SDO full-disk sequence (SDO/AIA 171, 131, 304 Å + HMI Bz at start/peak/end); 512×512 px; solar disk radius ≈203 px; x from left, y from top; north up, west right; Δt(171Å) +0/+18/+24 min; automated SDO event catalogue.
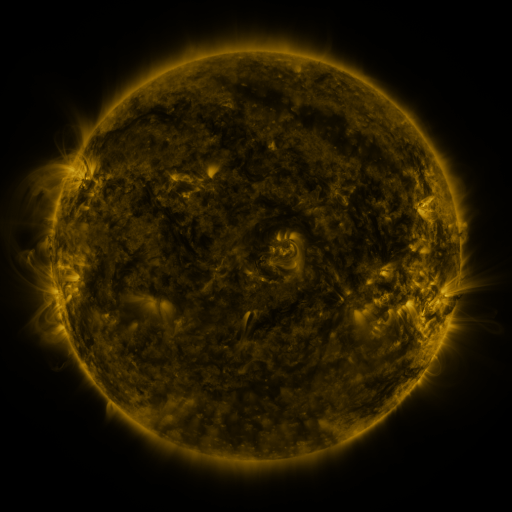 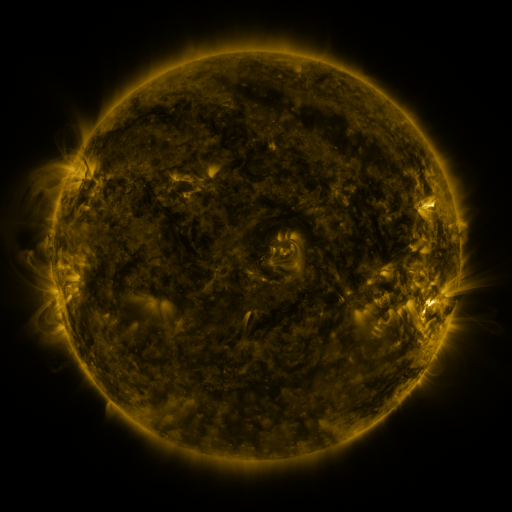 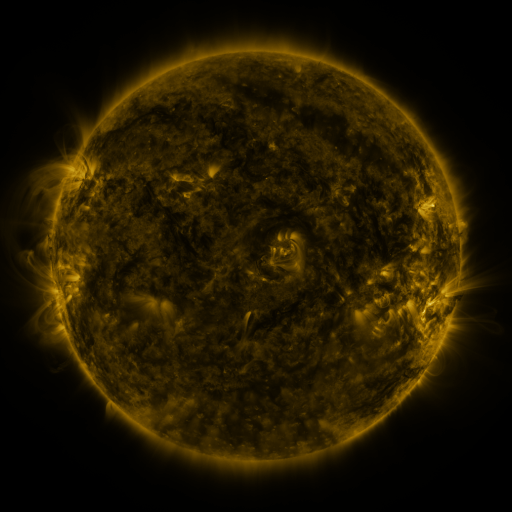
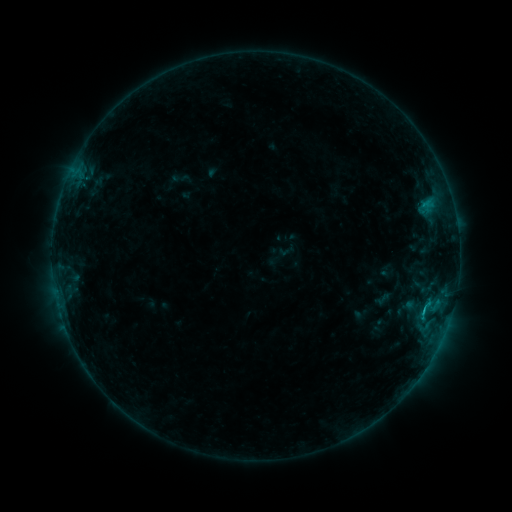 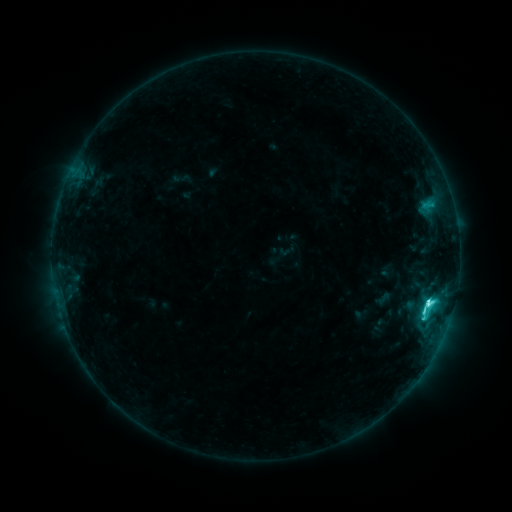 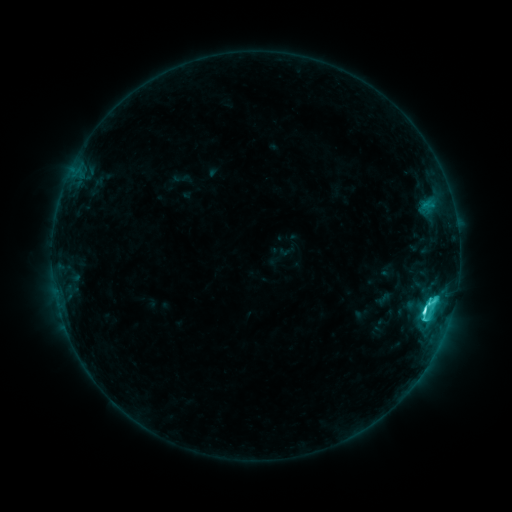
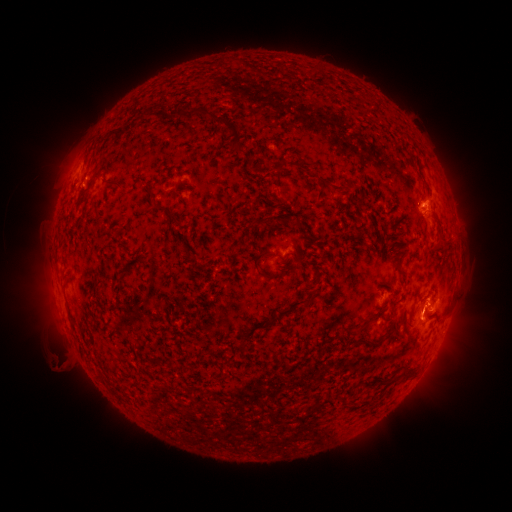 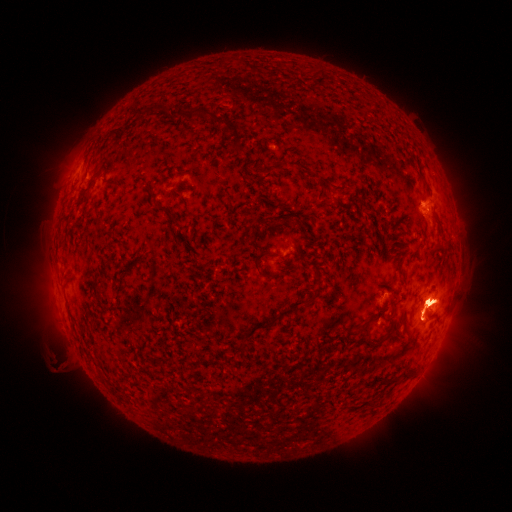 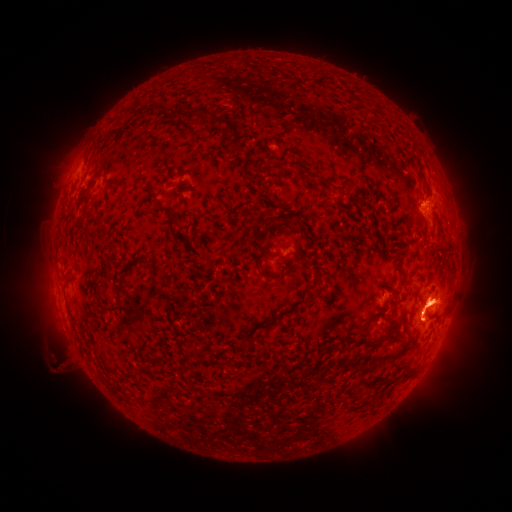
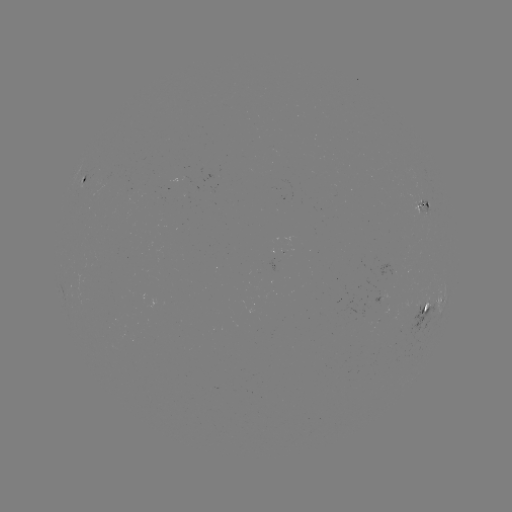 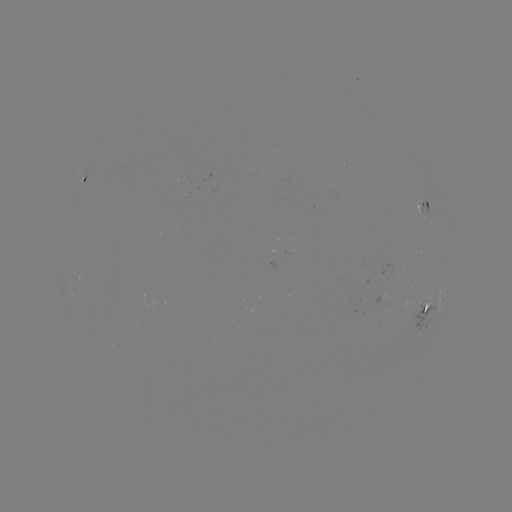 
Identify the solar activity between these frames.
C6.1 flare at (427, 303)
